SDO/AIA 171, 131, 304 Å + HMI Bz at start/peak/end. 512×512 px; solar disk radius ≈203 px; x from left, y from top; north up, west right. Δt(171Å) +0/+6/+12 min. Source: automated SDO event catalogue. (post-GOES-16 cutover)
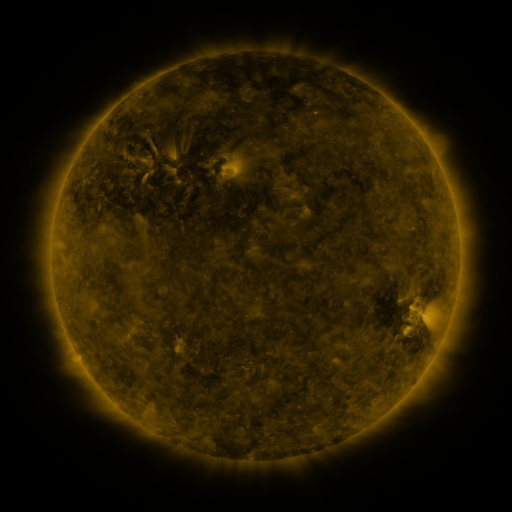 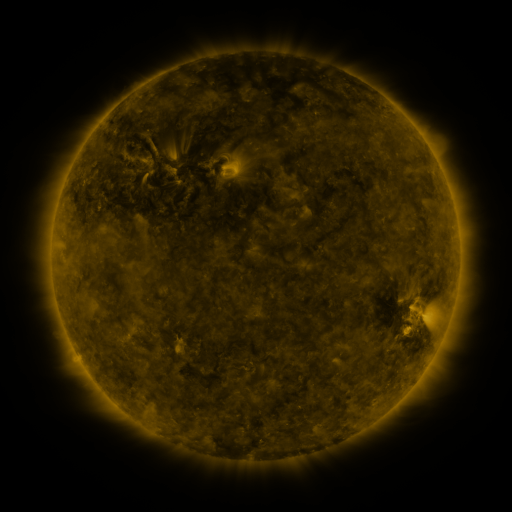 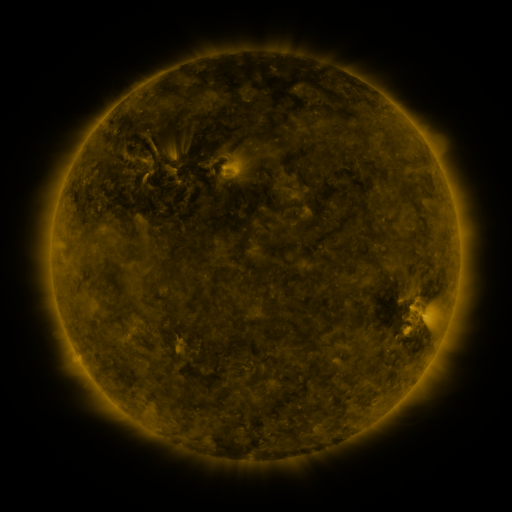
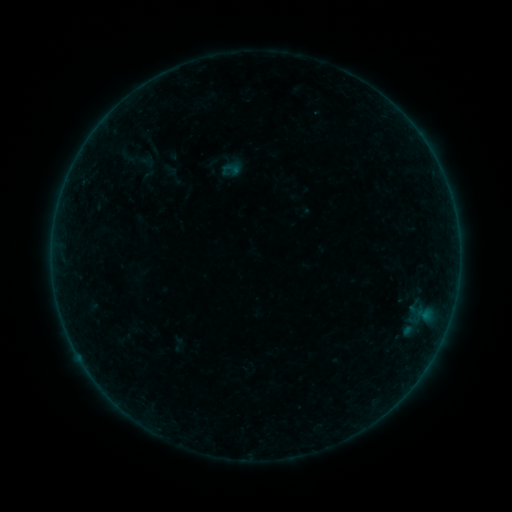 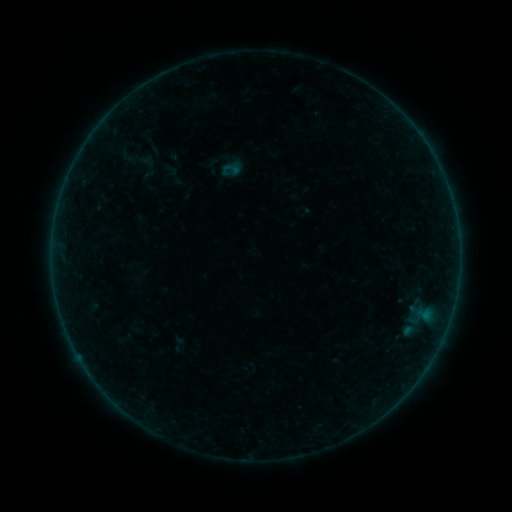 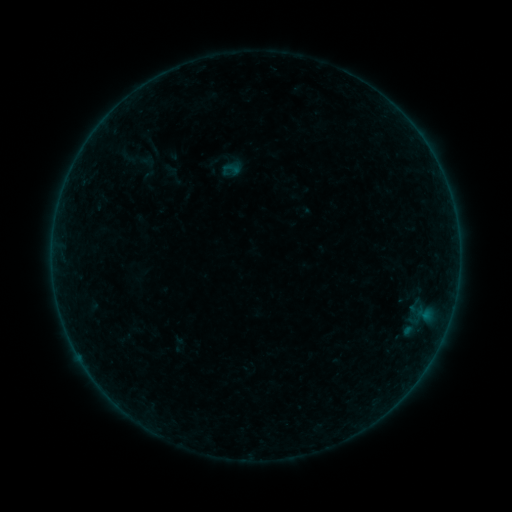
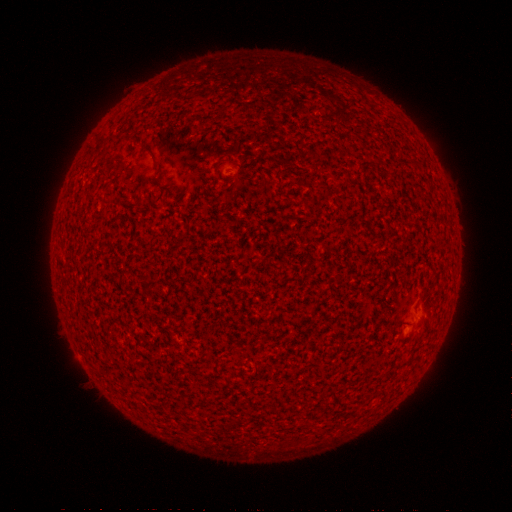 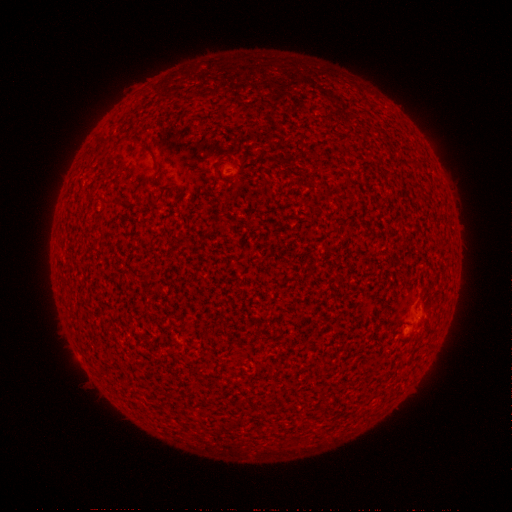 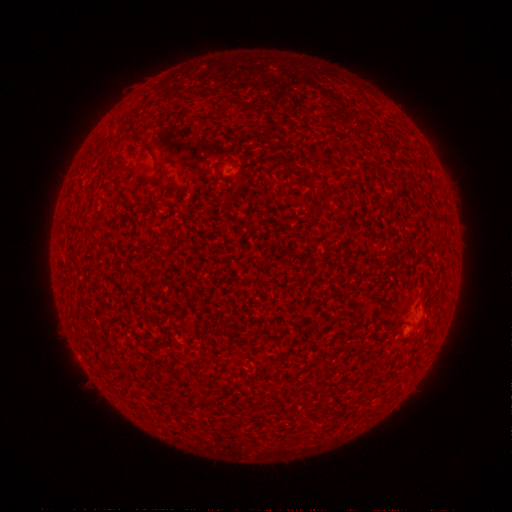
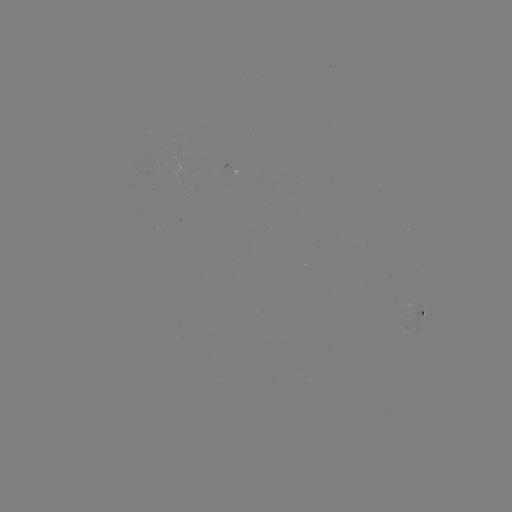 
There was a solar flare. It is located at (406, 329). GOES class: A3.8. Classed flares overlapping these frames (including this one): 2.